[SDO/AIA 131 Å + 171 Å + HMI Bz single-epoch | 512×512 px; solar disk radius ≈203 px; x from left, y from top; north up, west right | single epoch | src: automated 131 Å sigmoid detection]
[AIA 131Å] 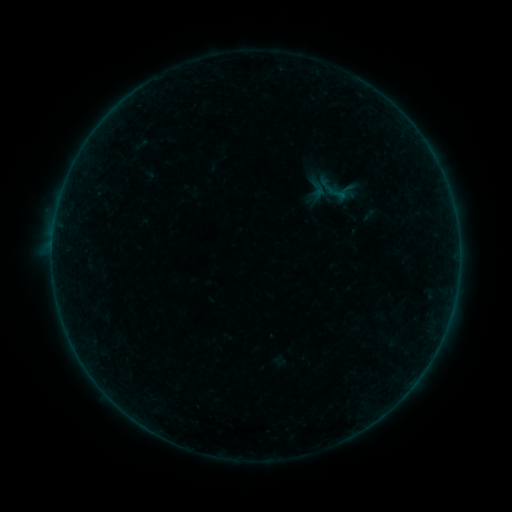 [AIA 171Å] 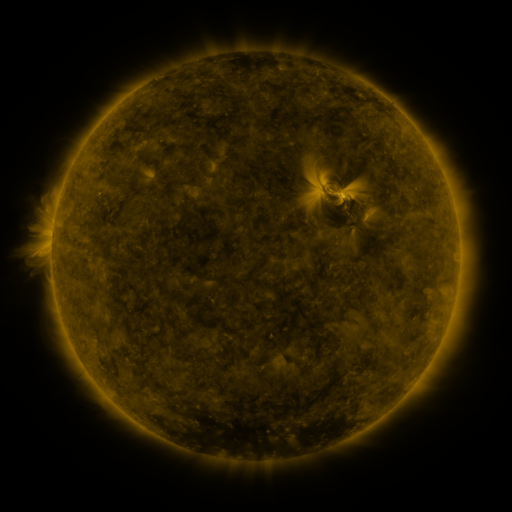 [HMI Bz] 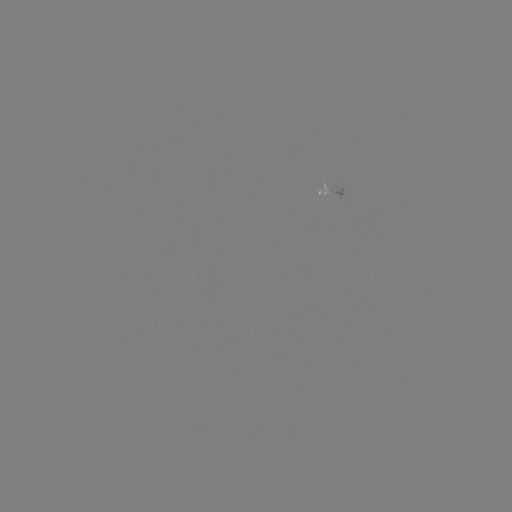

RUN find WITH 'sigmoid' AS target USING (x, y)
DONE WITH (336, 192) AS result